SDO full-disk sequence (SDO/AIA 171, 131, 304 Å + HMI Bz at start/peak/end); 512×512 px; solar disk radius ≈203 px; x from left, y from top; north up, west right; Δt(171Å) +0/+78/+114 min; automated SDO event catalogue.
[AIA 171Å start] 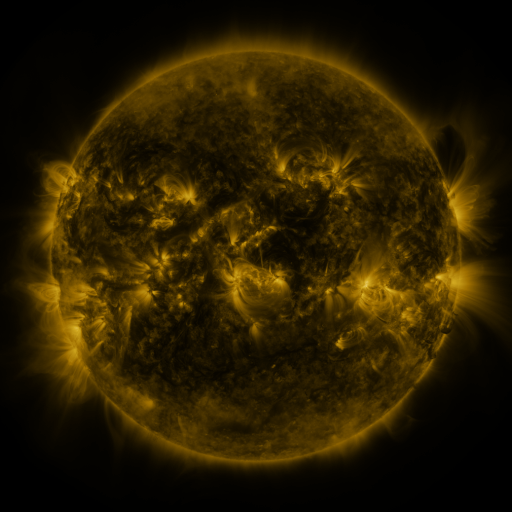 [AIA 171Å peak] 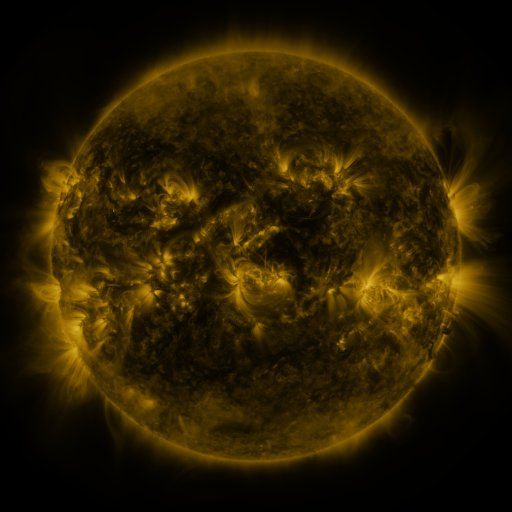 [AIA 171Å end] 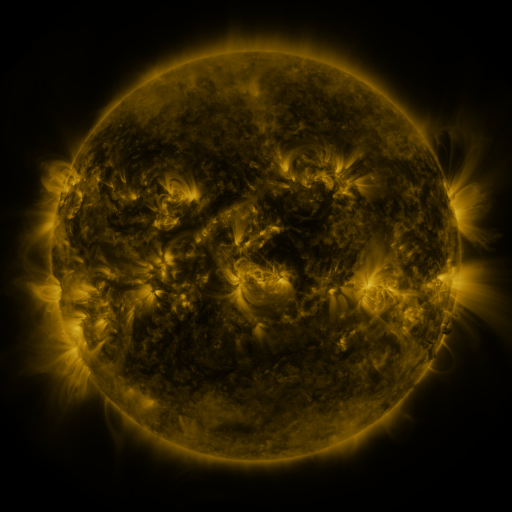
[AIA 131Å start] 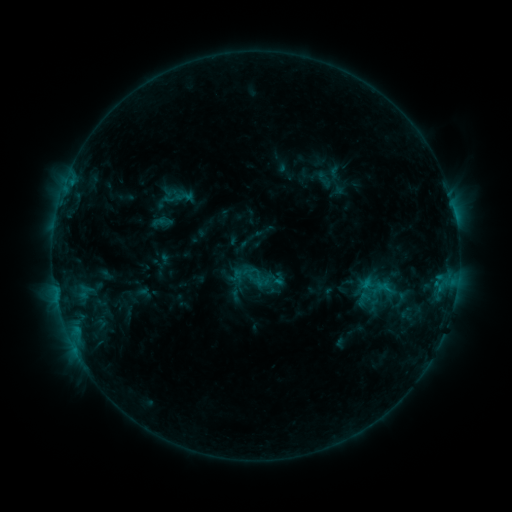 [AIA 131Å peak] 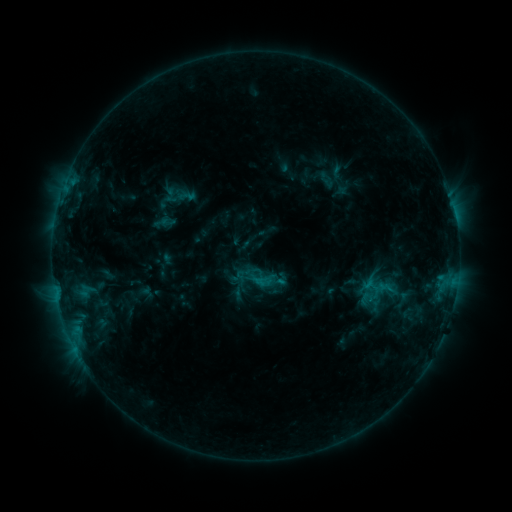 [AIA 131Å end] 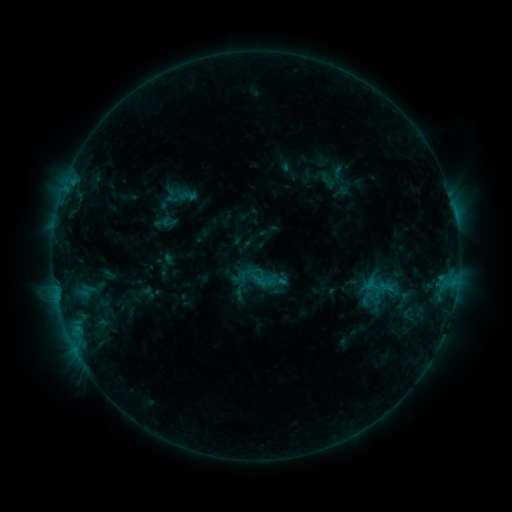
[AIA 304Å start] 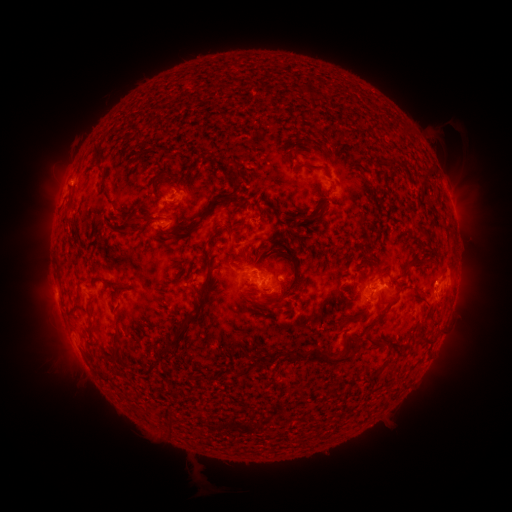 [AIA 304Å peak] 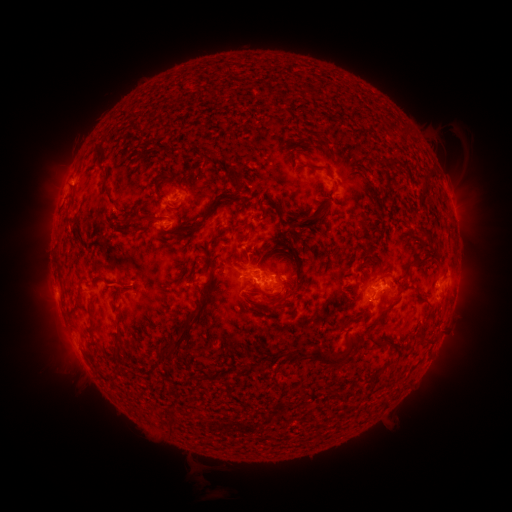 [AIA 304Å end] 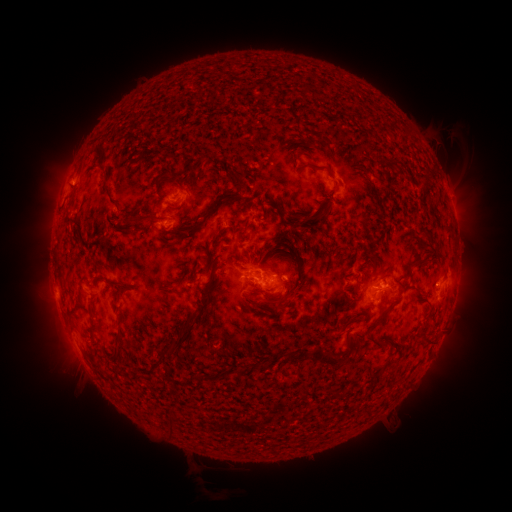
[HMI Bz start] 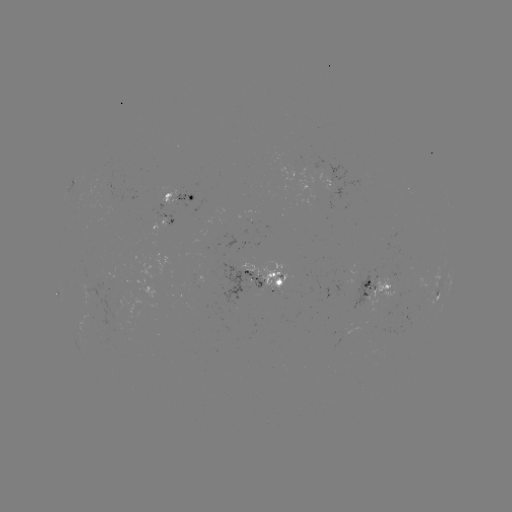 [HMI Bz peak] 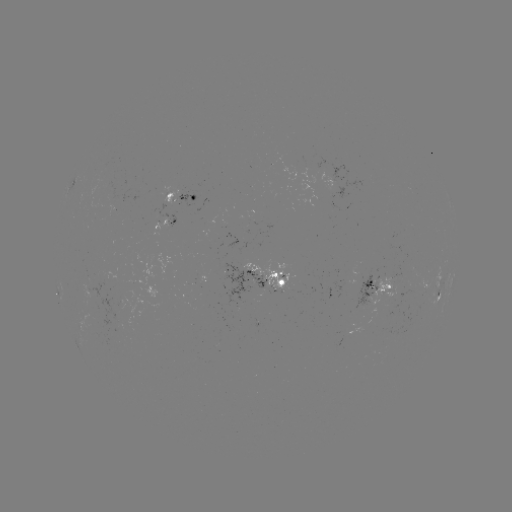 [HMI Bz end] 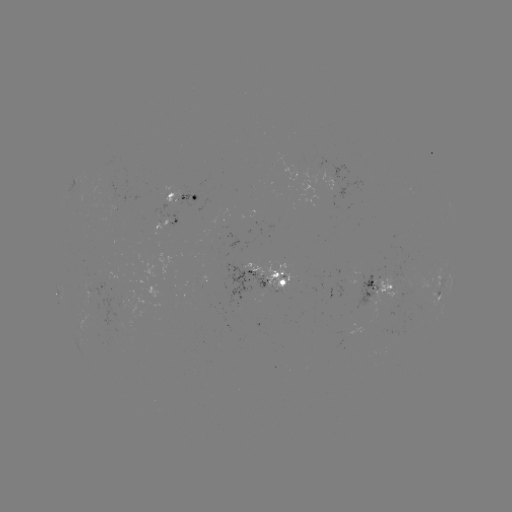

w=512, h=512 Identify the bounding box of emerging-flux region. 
[399, 272, 432, 300].